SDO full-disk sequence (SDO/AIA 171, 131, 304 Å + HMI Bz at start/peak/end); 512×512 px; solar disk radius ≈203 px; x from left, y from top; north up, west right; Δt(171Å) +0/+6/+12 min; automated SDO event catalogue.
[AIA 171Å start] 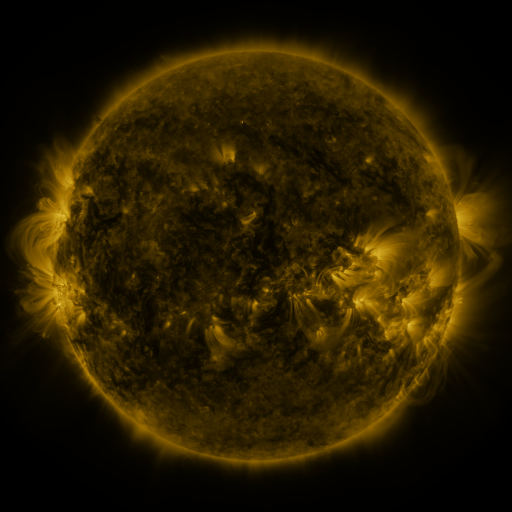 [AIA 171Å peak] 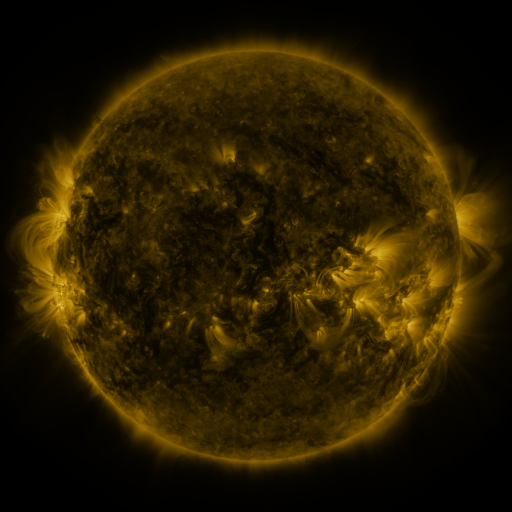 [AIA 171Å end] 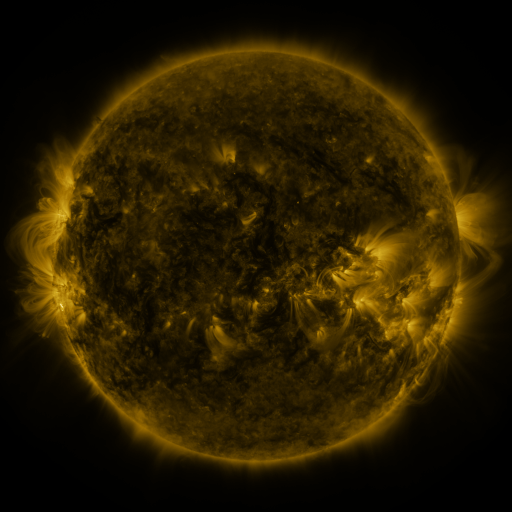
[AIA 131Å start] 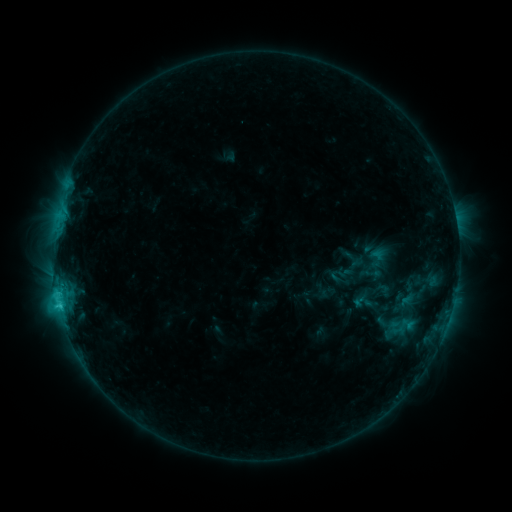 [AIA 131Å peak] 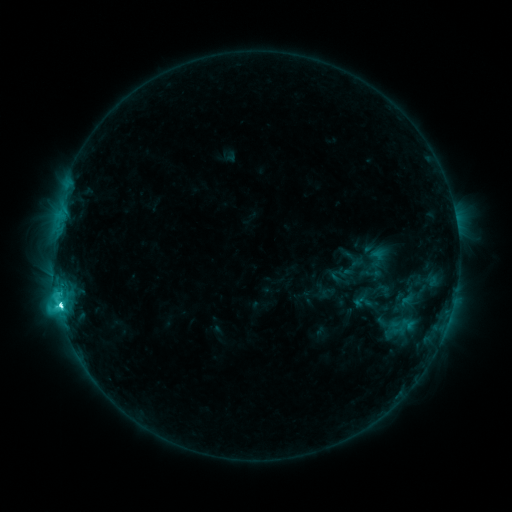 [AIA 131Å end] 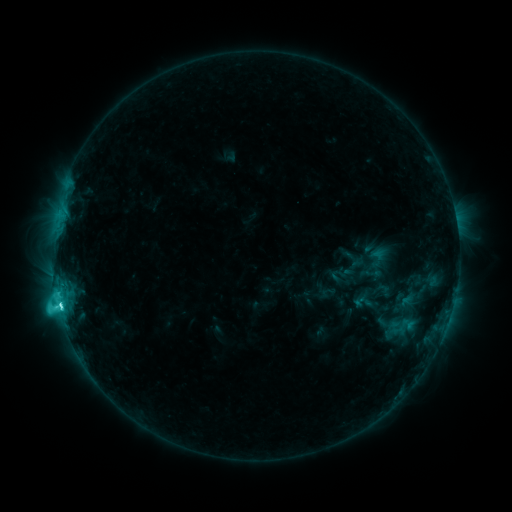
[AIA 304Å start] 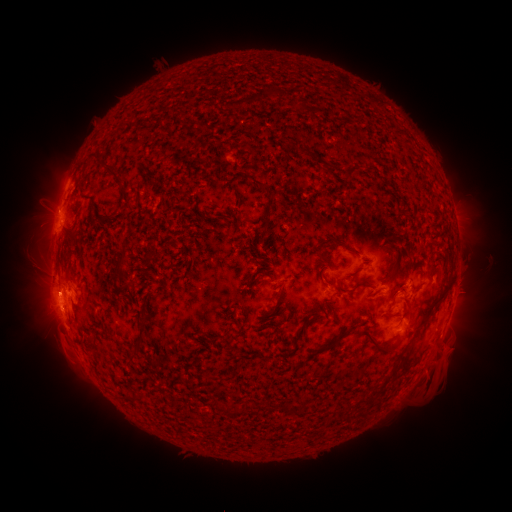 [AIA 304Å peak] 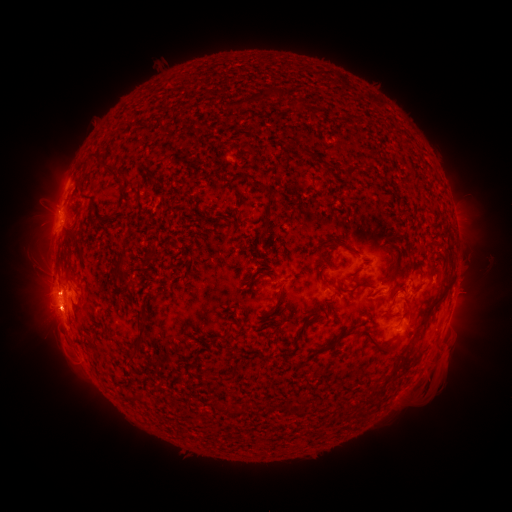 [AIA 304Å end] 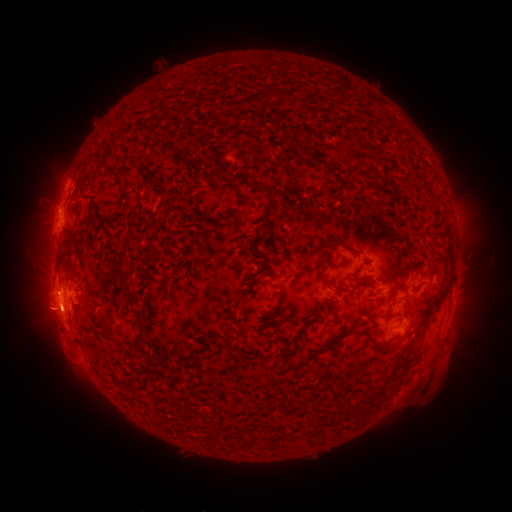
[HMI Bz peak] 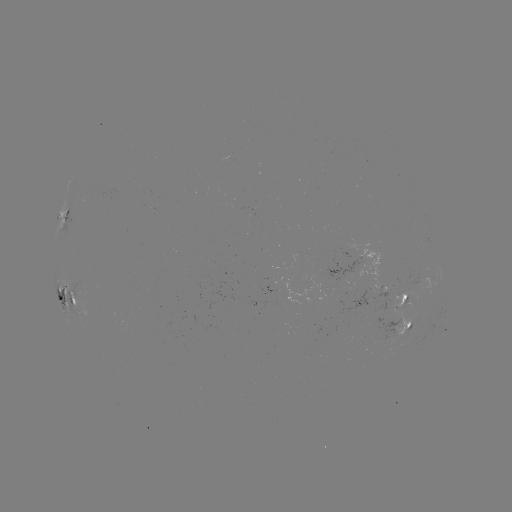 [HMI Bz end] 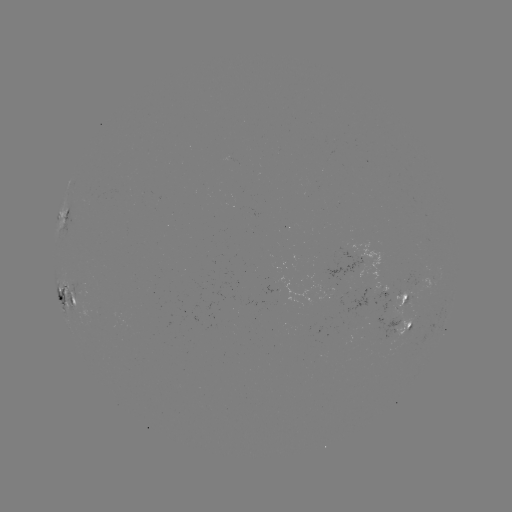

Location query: C8.3 flare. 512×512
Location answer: [60, 302].